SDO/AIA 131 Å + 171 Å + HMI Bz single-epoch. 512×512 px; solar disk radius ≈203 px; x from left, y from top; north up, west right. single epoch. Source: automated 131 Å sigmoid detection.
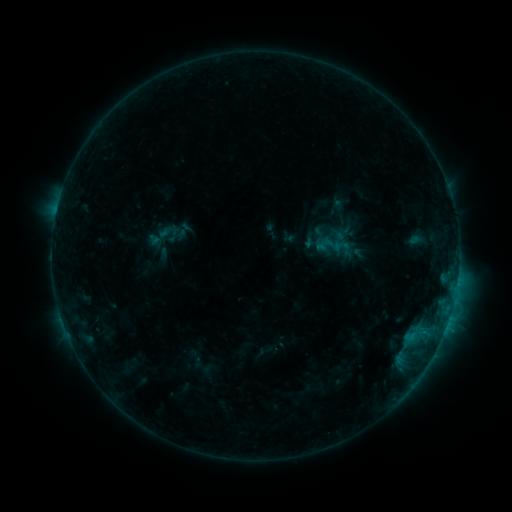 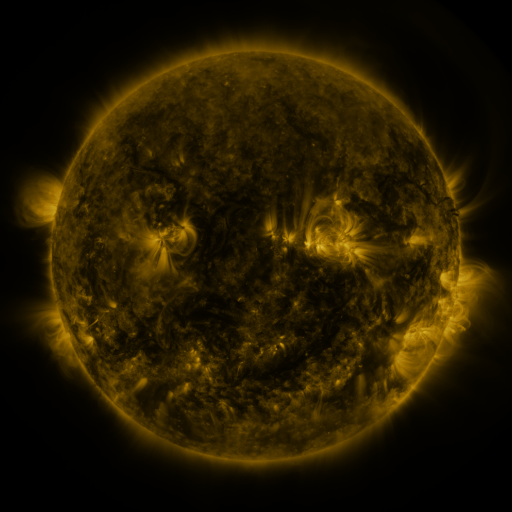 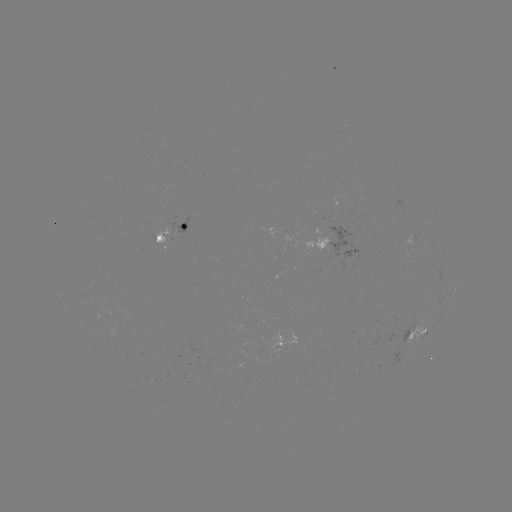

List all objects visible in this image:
sigmoid: <bbox>146, 215, 184, 257</bbox>
sigmoid: <bbox>316, 232, 343, 256</bbox>
